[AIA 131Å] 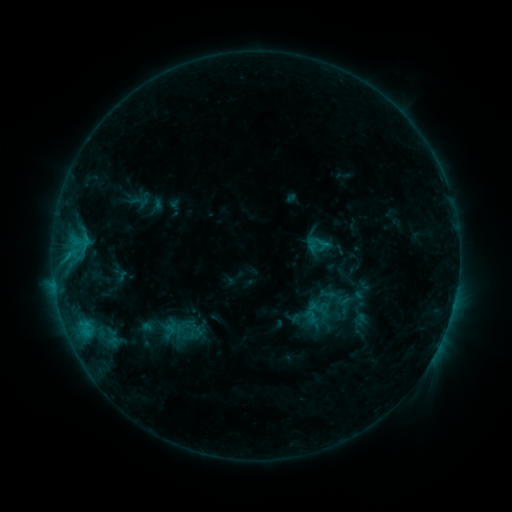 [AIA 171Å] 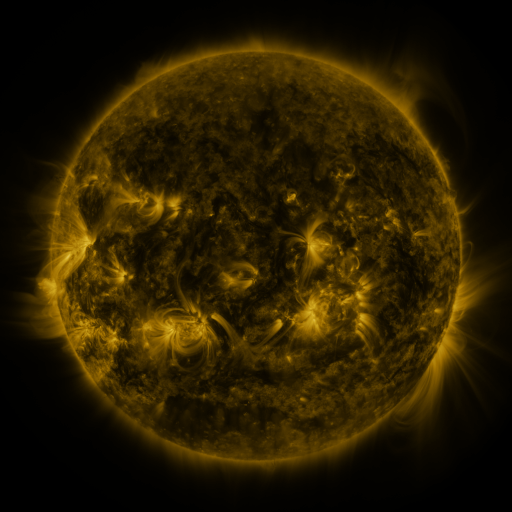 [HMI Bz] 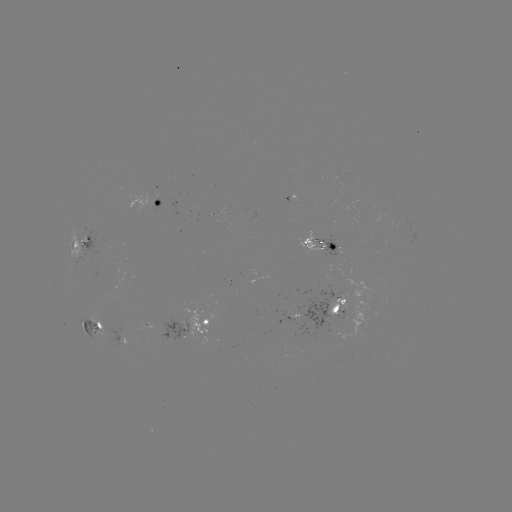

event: sigmoid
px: (311, 317)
